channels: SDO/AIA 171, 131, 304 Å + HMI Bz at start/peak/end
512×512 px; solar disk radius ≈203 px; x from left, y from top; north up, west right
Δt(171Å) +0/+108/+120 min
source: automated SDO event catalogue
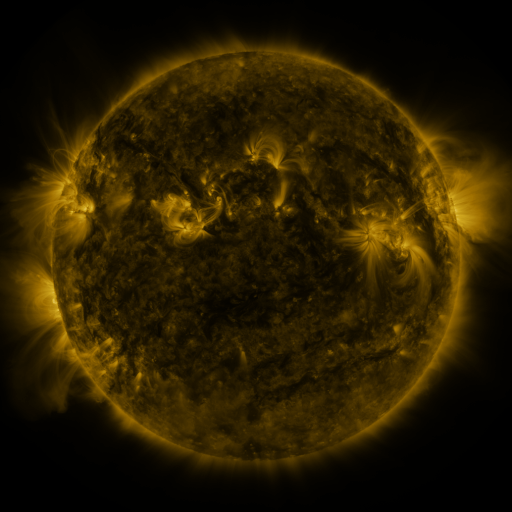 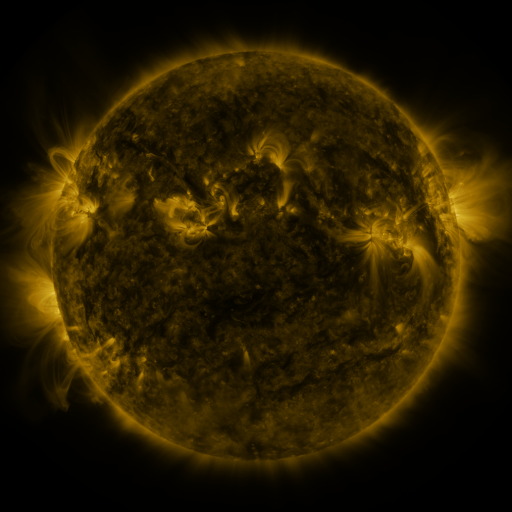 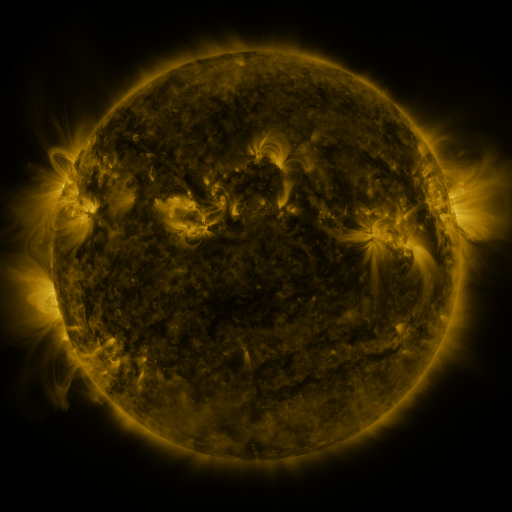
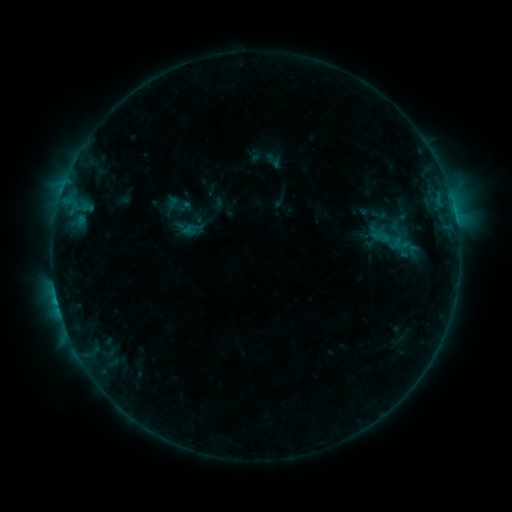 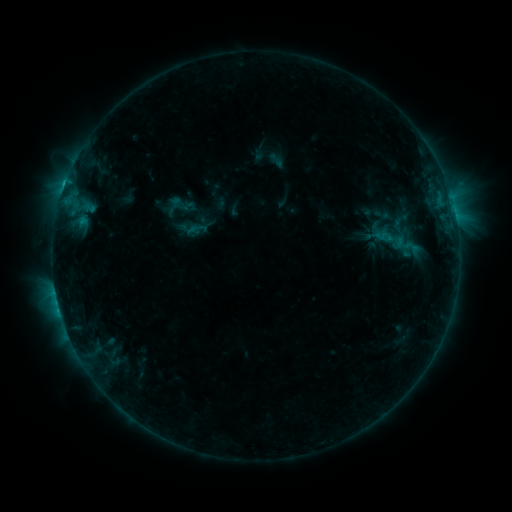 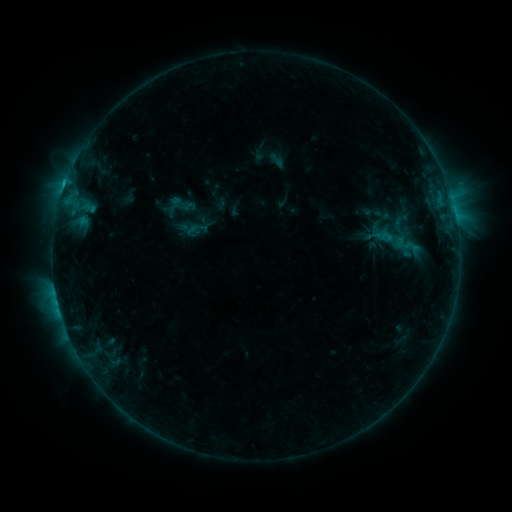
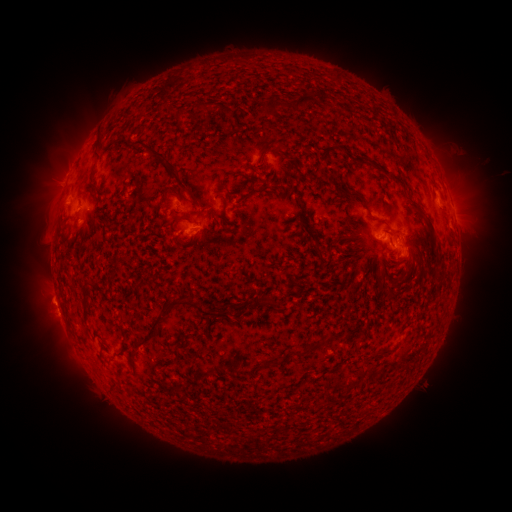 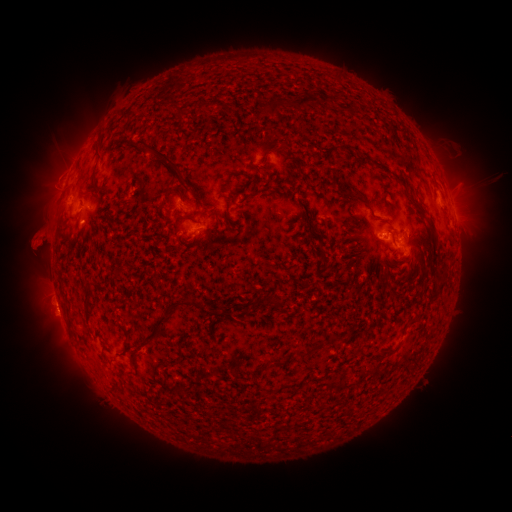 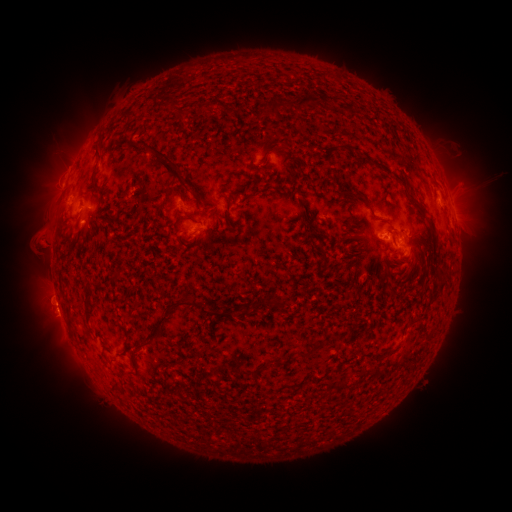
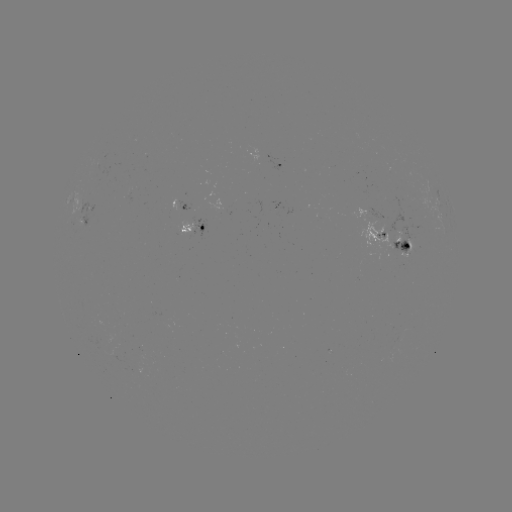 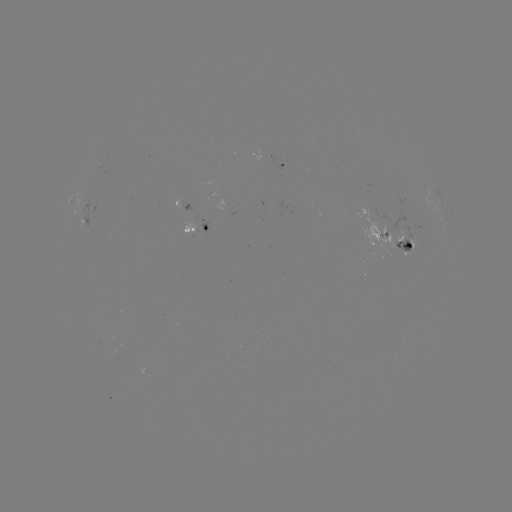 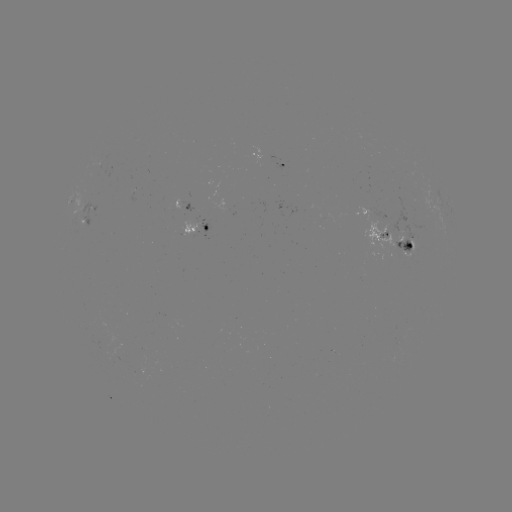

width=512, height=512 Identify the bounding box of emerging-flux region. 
[224, 209, 235, 217].